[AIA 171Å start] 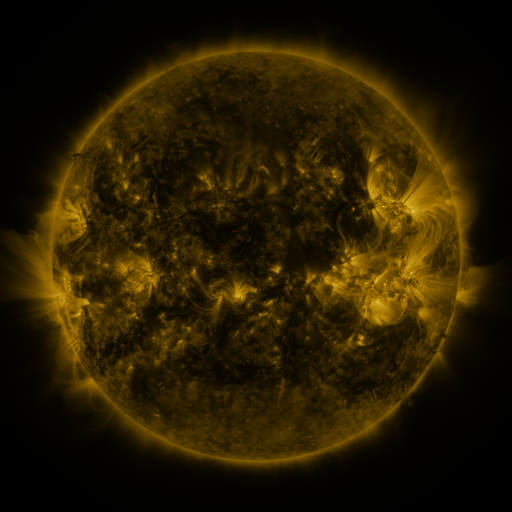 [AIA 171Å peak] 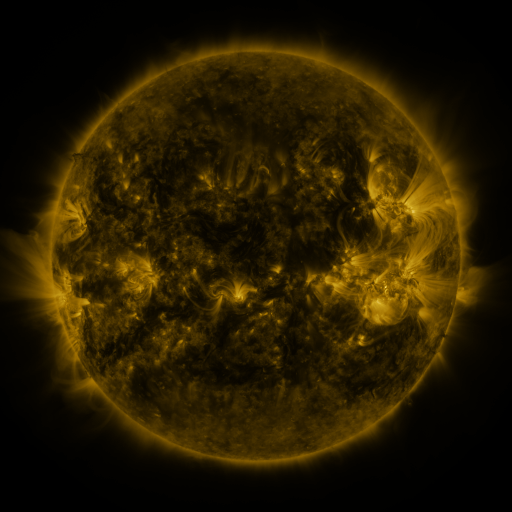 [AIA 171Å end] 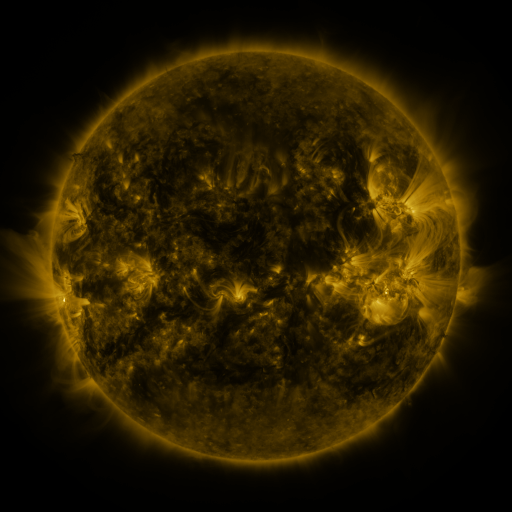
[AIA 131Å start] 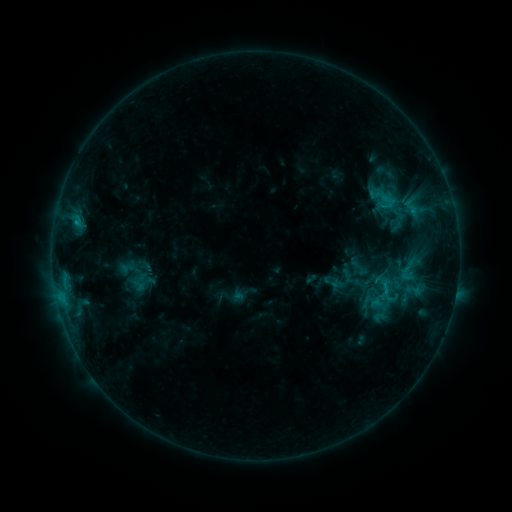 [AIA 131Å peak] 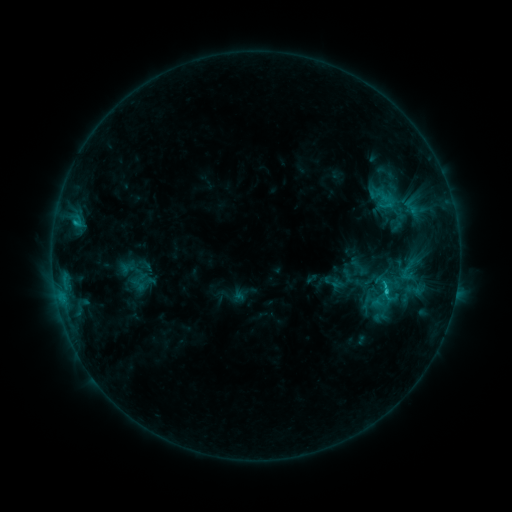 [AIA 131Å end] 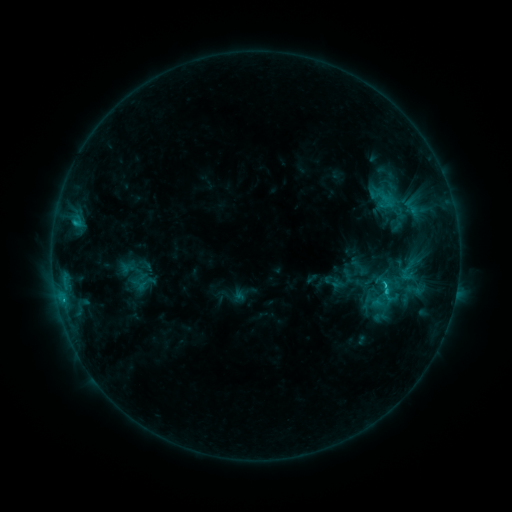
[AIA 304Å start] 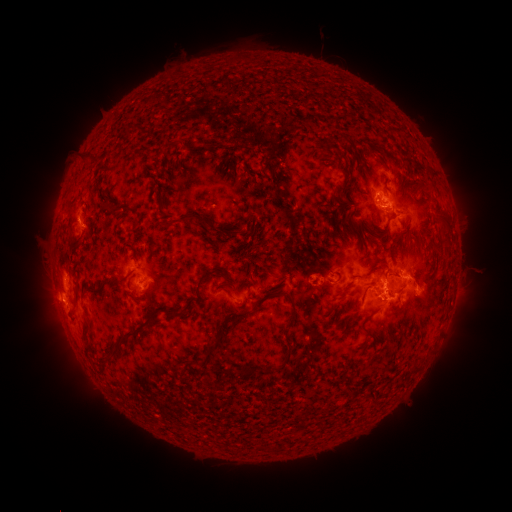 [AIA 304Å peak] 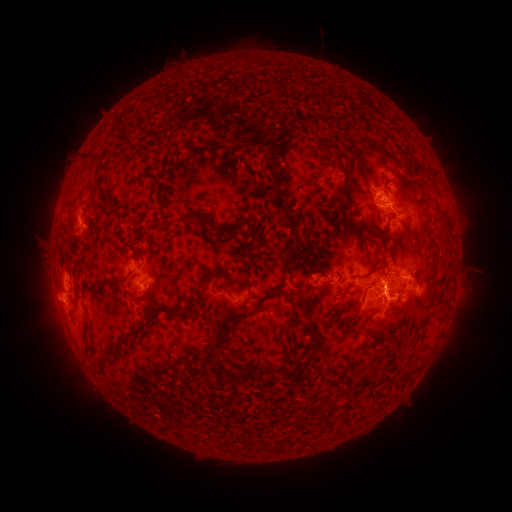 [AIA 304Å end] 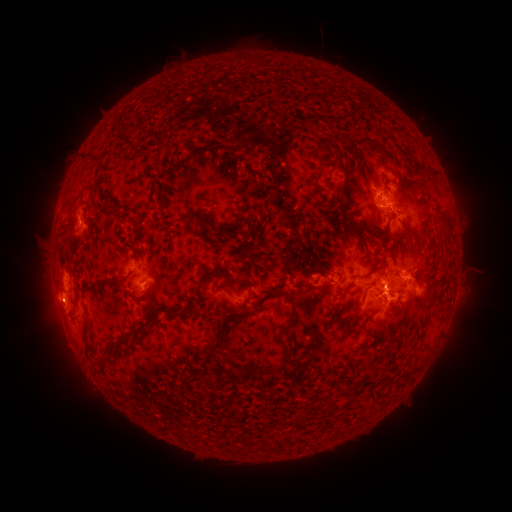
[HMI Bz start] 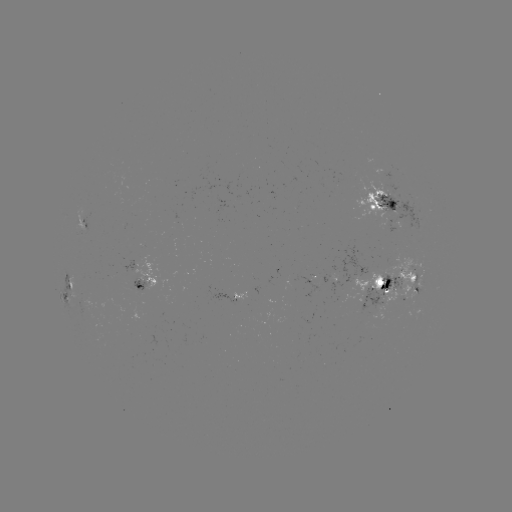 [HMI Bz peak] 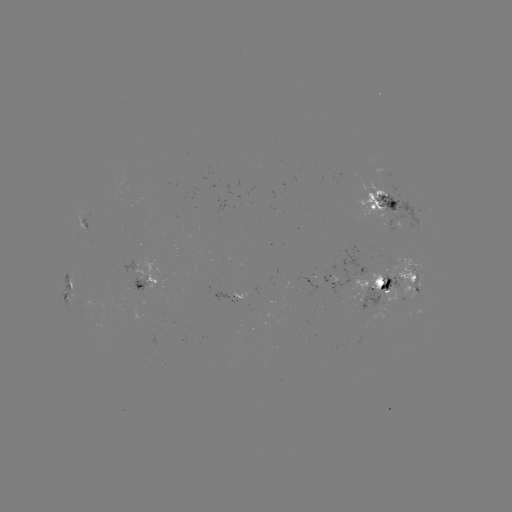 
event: flare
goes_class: C3.0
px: (385, 288)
